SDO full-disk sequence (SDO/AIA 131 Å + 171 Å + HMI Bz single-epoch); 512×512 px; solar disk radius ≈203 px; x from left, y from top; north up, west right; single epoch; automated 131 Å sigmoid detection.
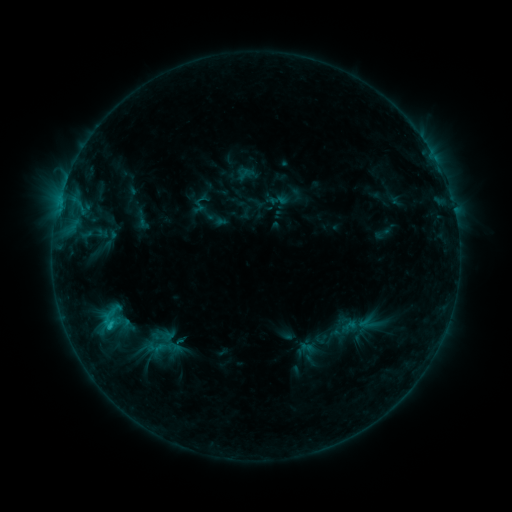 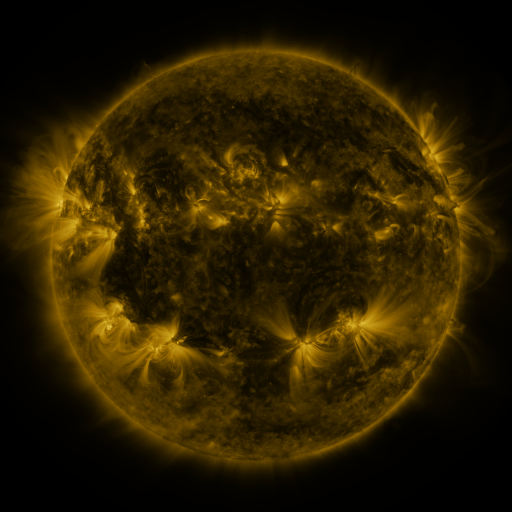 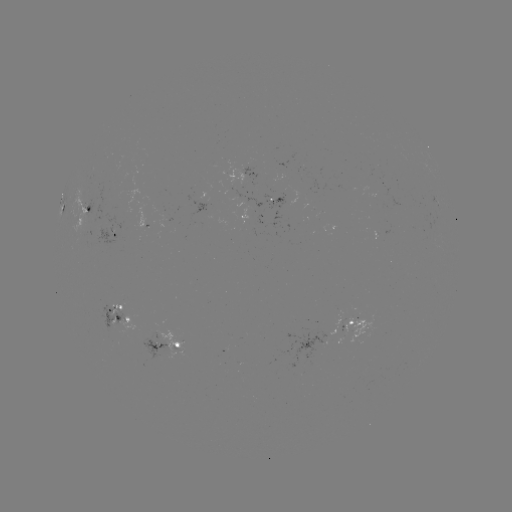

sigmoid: <bbox>267, 191, 288, 210</bbox>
